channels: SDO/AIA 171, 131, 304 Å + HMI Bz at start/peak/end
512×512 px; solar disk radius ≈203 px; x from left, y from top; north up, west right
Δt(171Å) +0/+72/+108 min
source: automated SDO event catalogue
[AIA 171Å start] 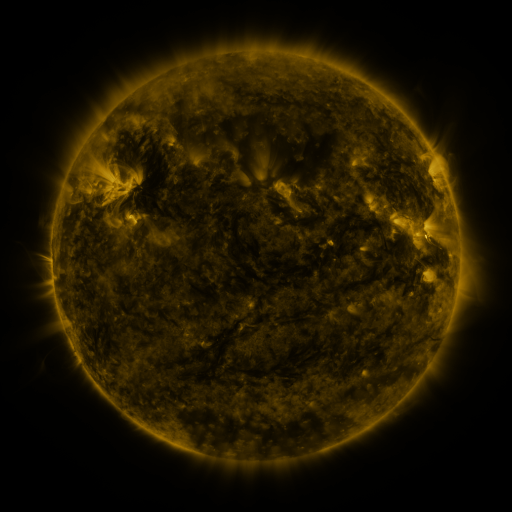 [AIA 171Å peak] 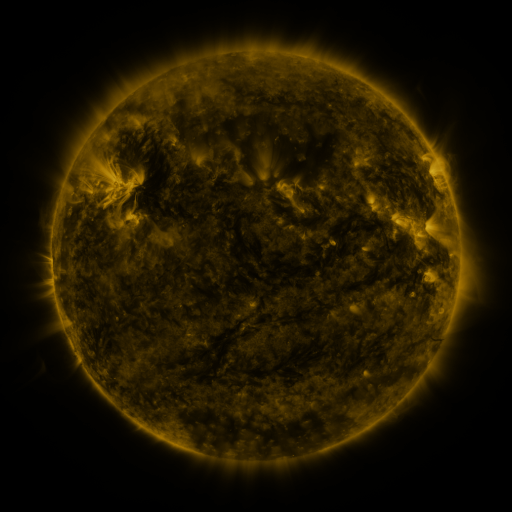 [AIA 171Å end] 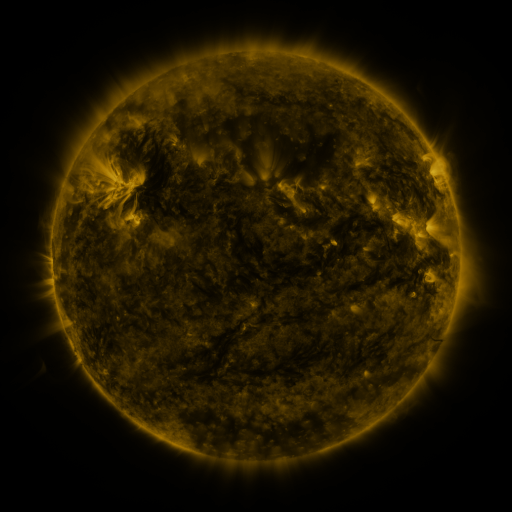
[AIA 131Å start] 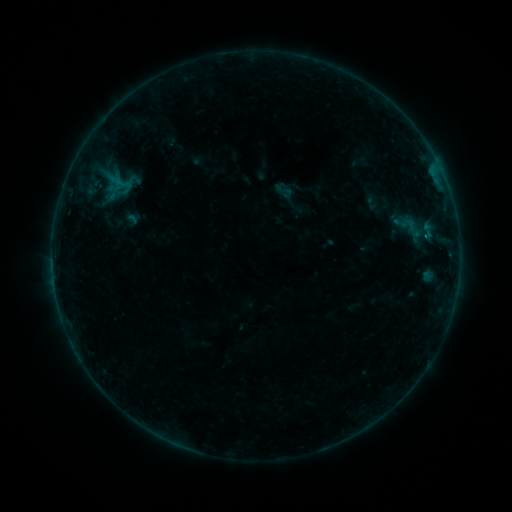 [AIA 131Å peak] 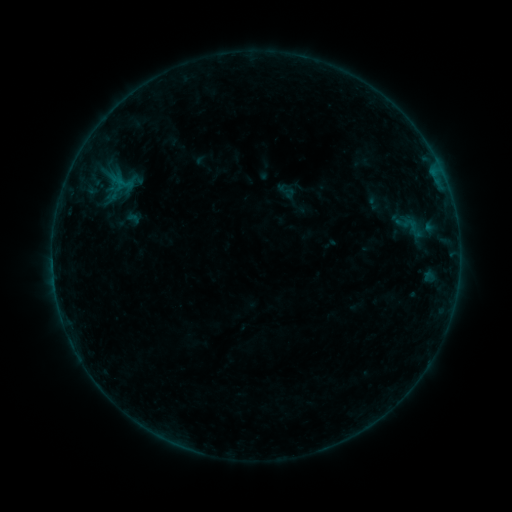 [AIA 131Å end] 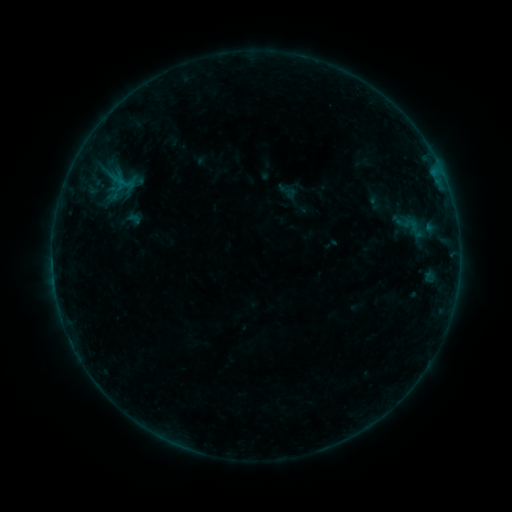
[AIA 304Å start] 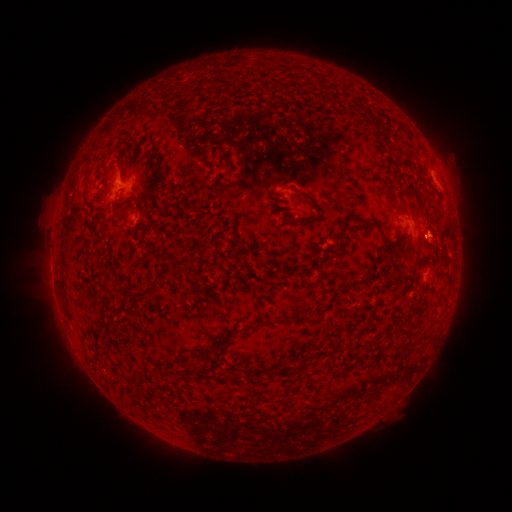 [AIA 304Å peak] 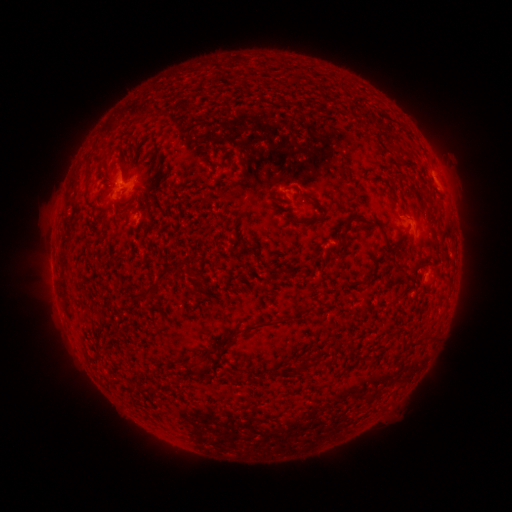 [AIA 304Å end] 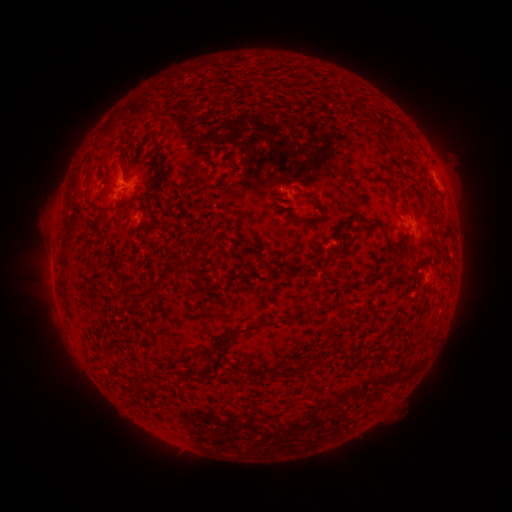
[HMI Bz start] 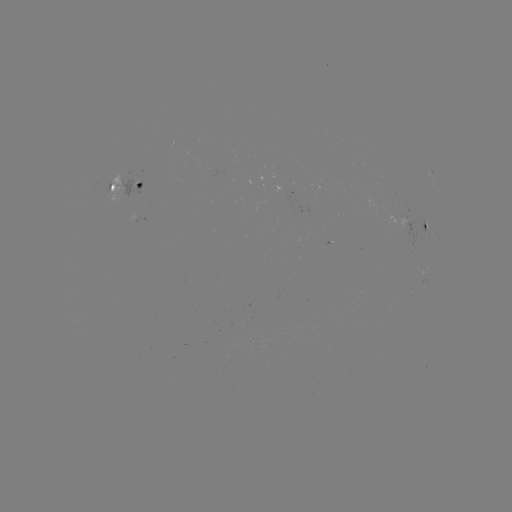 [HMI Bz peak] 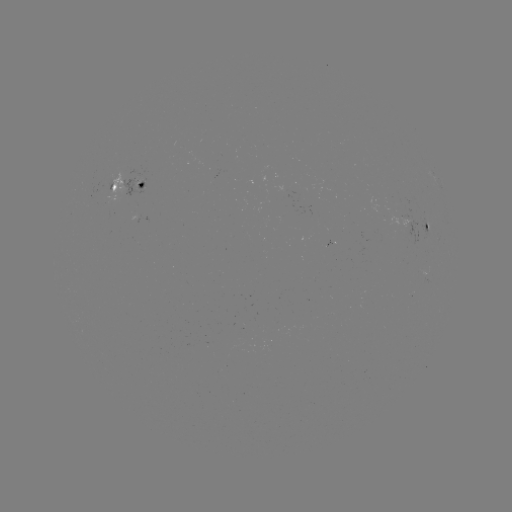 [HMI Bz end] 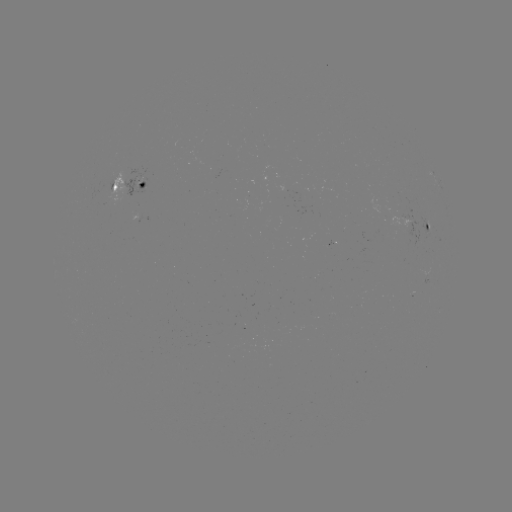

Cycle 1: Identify emerging-flux region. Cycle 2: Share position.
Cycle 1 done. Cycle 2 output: [405, 216].